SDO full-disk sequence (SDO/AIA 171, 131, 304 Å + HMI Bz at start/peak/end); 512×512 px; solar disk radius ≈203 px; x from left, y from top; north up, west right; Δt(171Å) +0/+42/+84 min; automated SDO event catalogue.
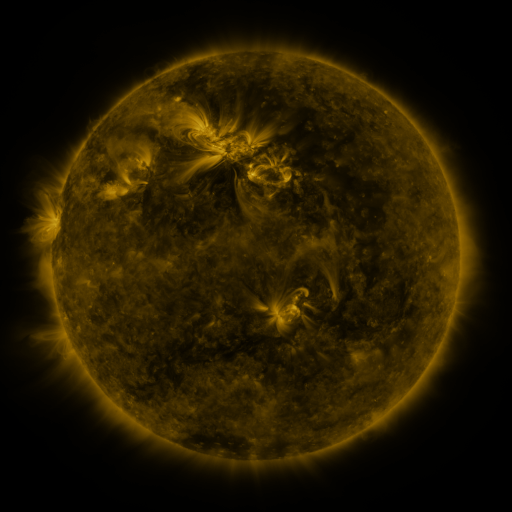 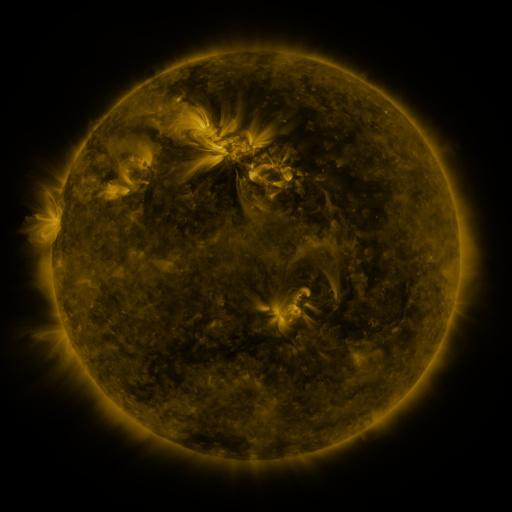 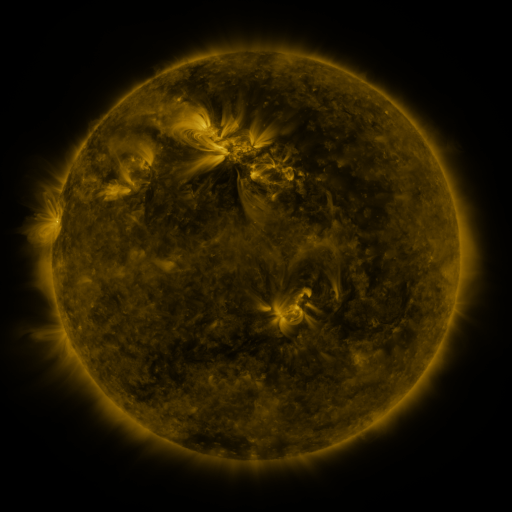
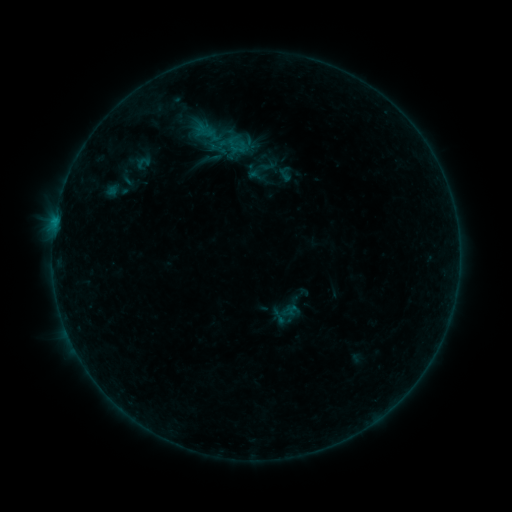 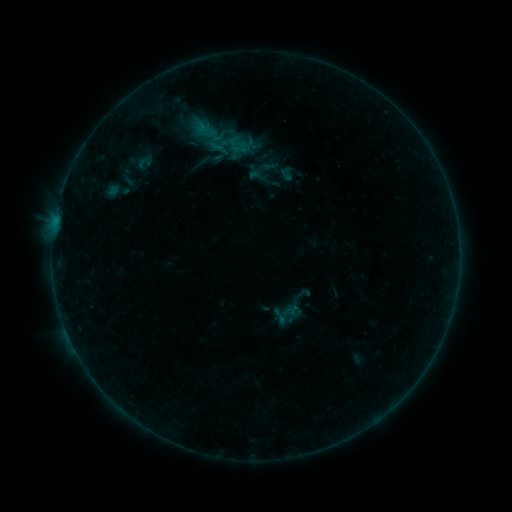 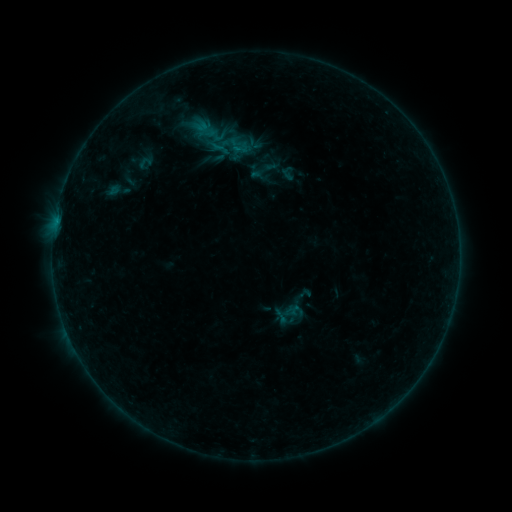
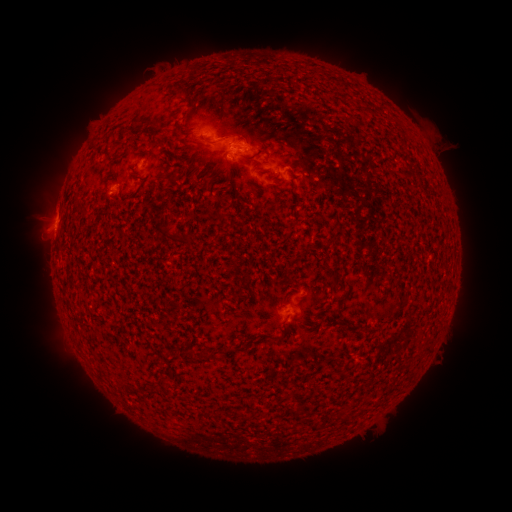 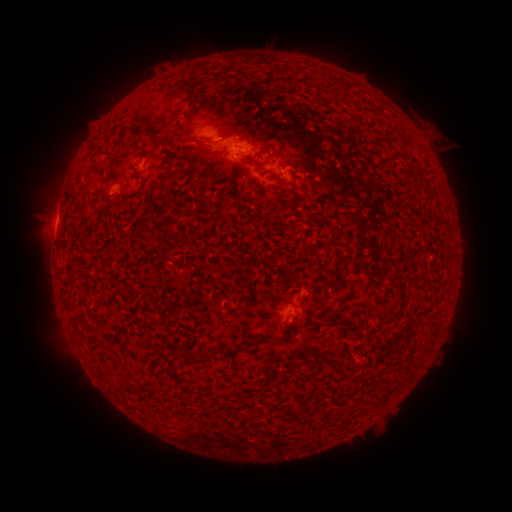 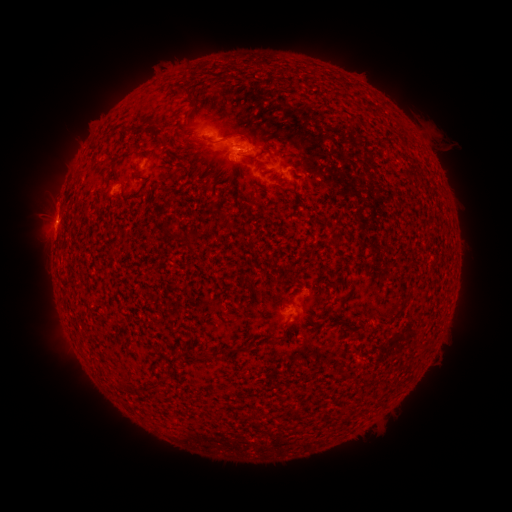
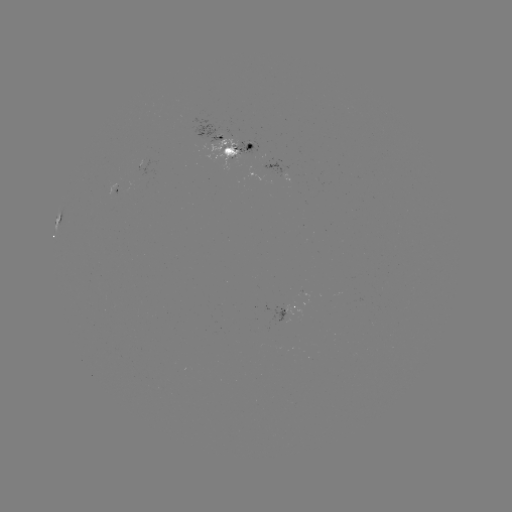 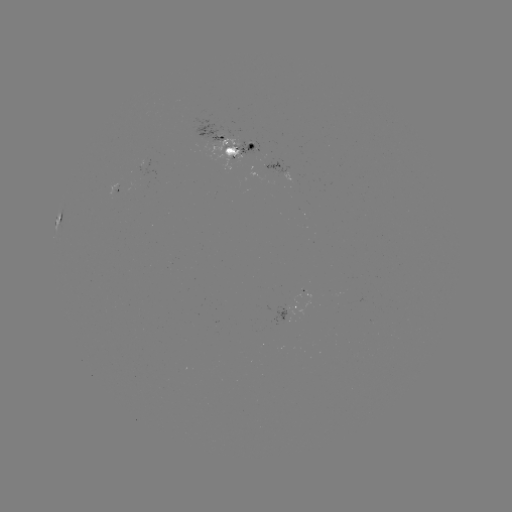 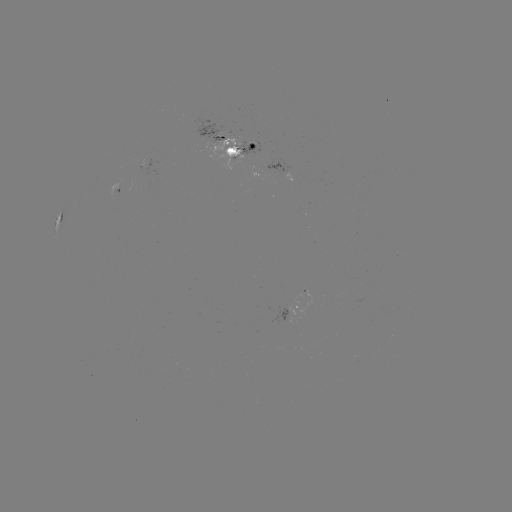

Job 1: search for emerging-flux region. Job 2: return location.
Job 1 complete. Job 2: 231,154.